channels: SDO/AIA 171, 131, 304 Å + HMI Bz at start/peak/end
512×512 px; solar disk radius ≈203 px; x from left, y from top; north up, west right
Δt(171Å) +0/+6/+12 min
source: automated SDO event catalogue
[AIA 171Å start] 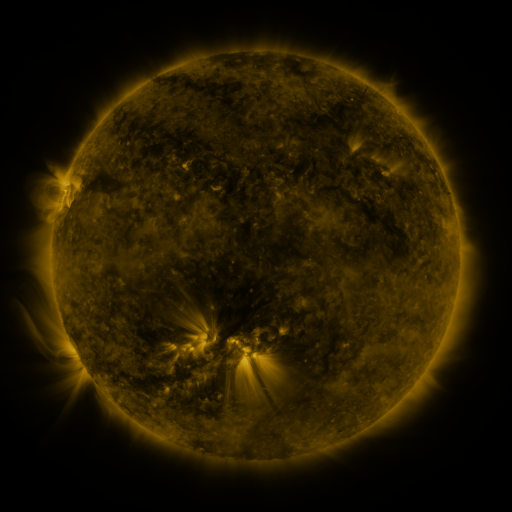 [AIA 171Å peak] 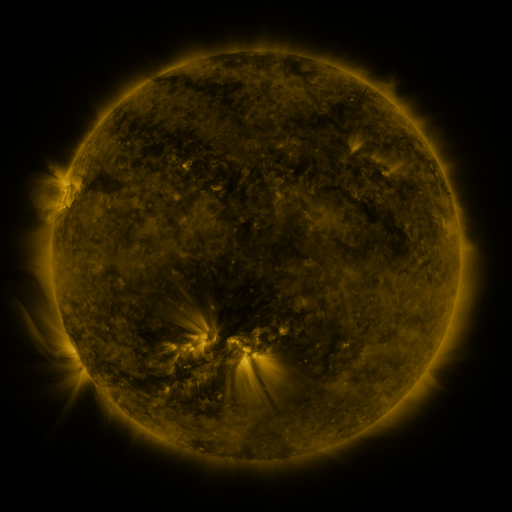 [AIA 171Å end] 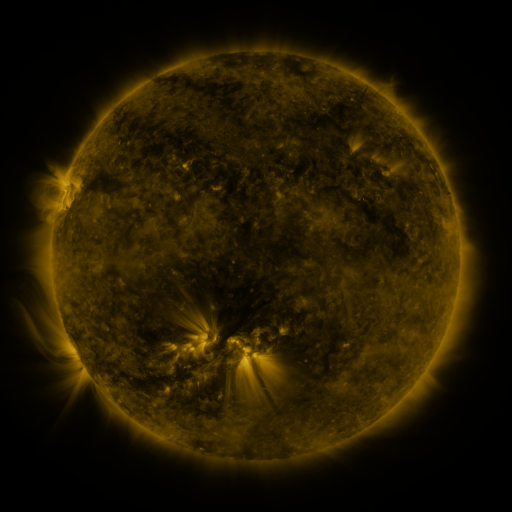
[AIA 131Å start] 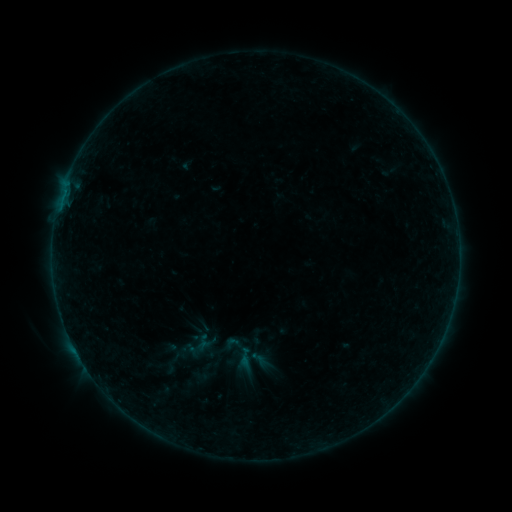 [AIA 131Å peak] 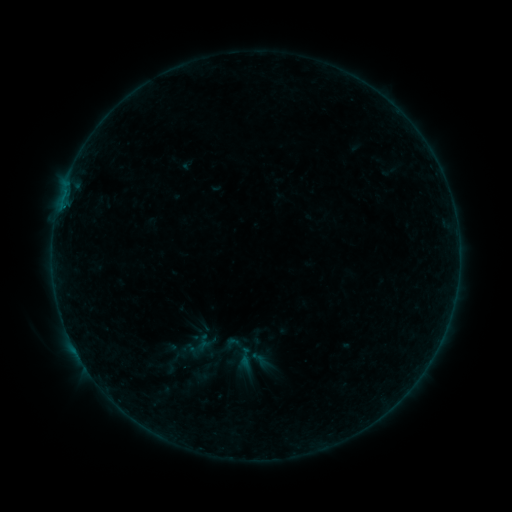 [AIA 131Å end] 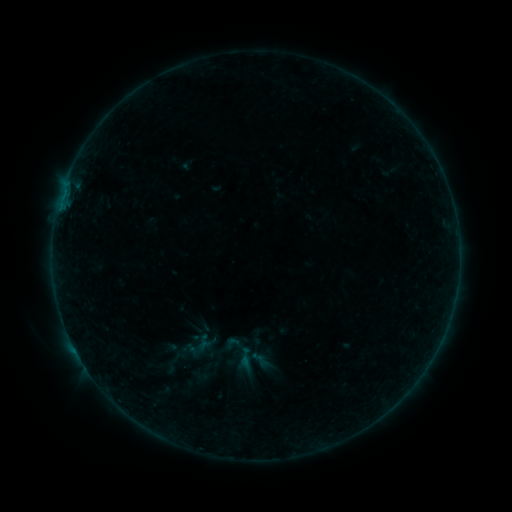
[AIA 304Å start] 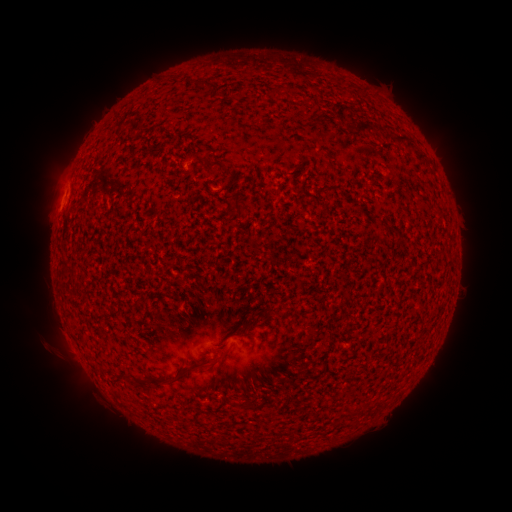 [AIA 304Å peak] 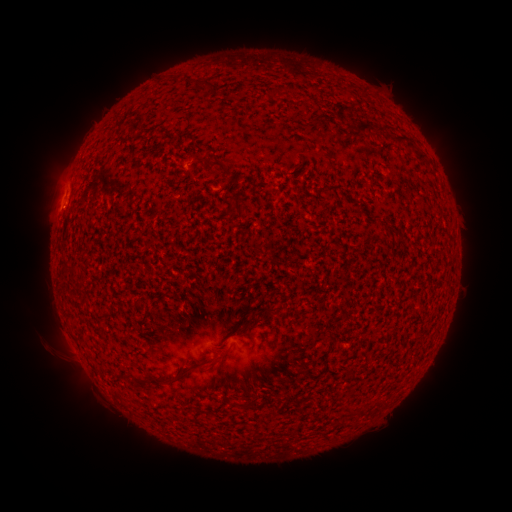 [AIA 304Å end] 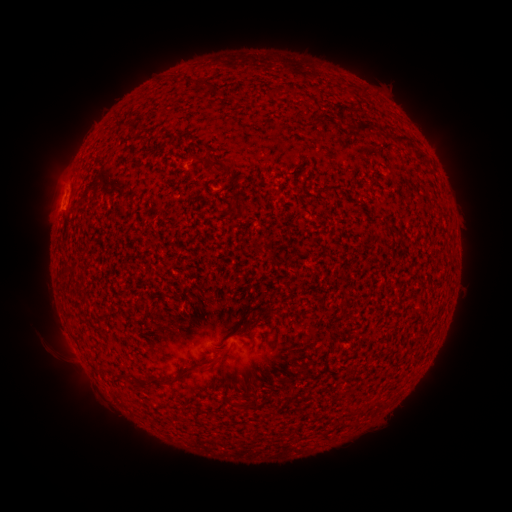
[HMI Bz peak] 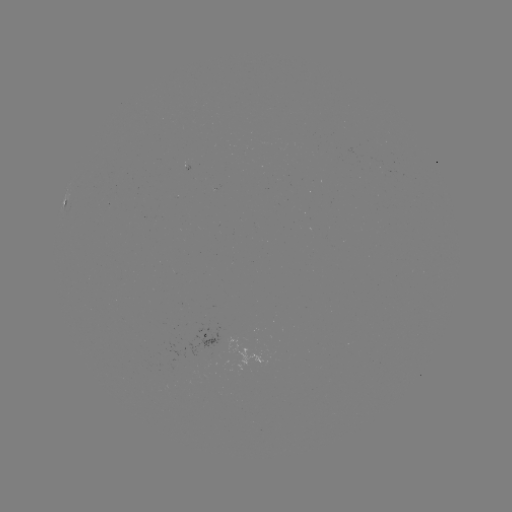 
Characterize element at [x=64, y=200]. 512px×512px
B1.1 flare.